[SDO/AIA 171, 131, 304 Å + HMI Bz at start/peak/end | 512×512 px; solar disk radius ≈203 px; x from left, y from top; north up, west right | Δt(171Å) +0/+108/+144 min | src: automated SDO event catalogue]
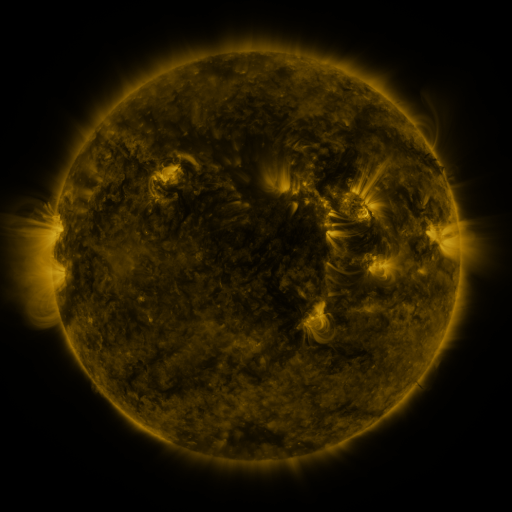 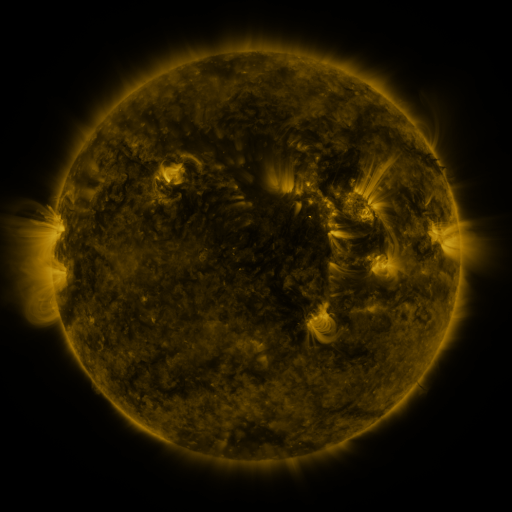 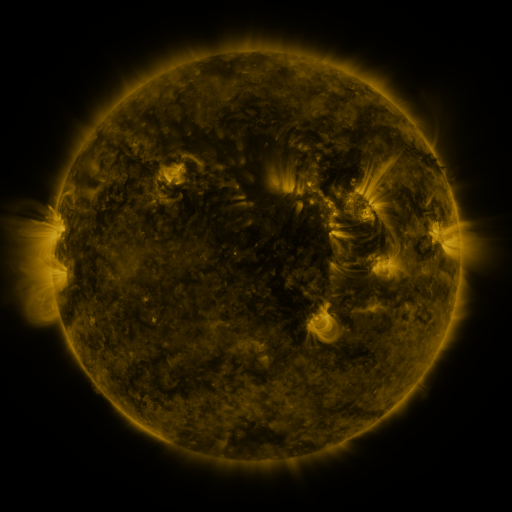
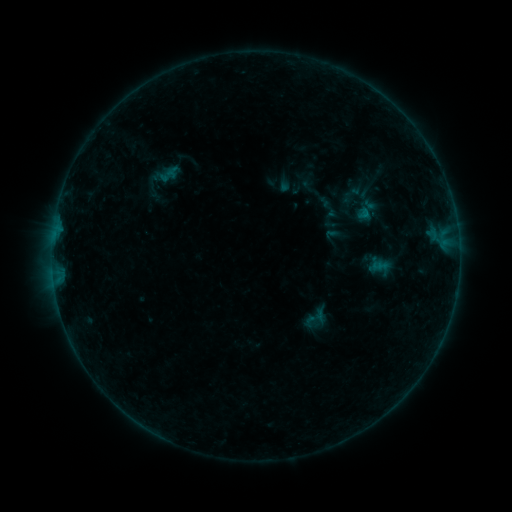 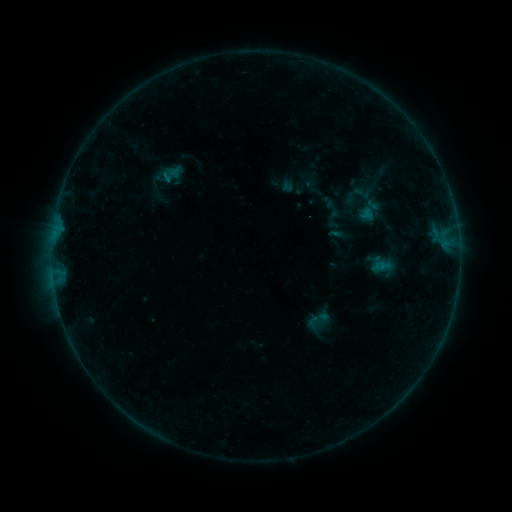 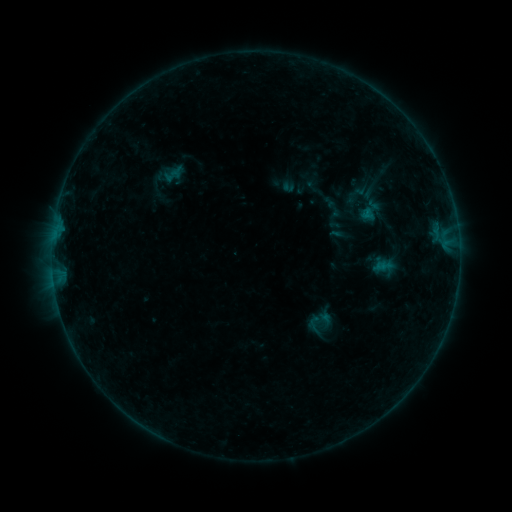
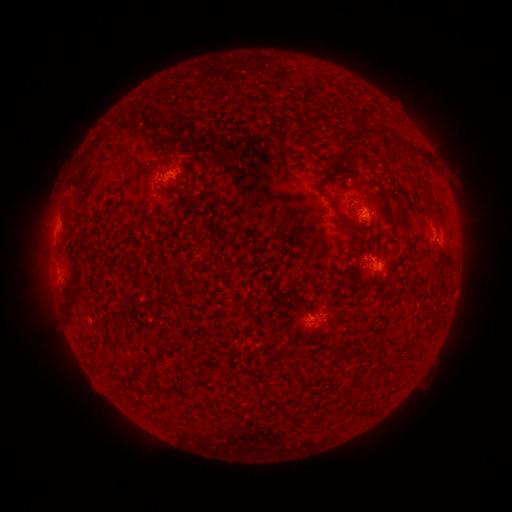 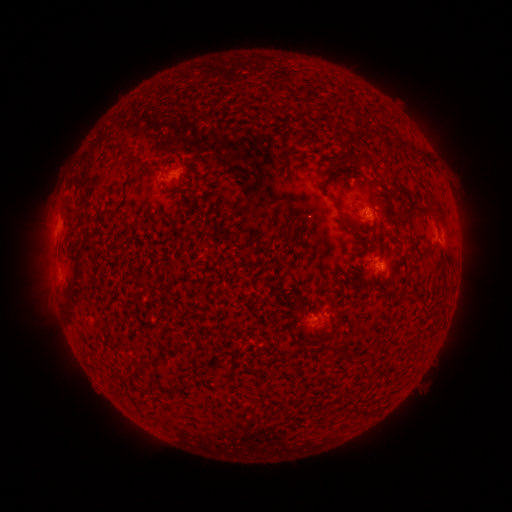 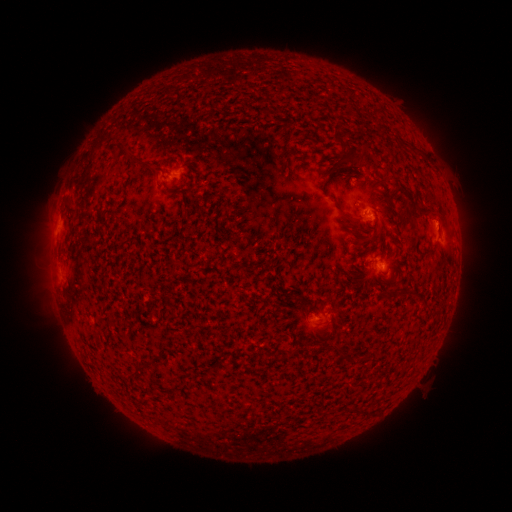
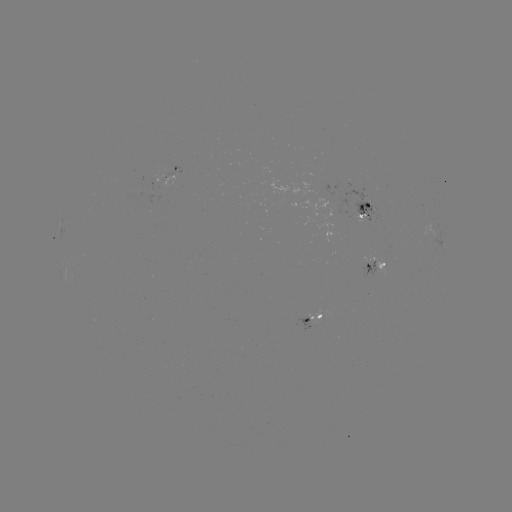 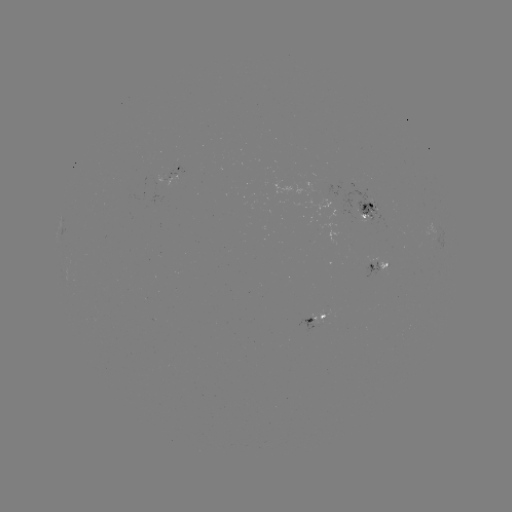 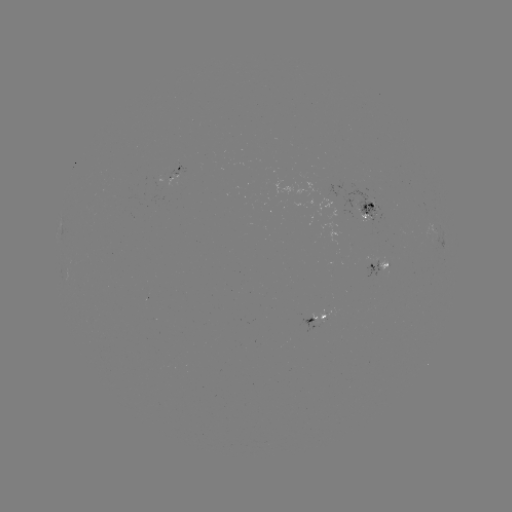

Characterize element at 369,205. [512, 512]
emerging-flux region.